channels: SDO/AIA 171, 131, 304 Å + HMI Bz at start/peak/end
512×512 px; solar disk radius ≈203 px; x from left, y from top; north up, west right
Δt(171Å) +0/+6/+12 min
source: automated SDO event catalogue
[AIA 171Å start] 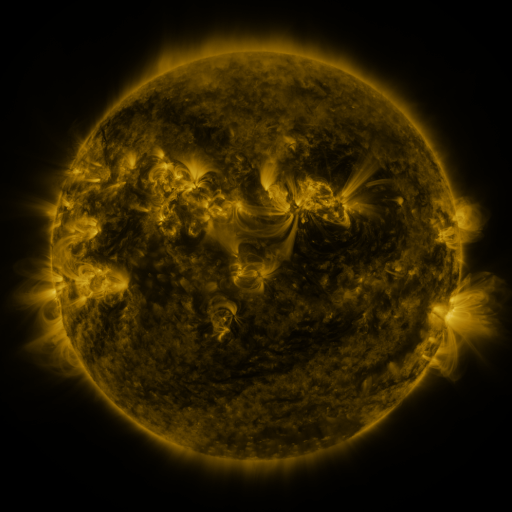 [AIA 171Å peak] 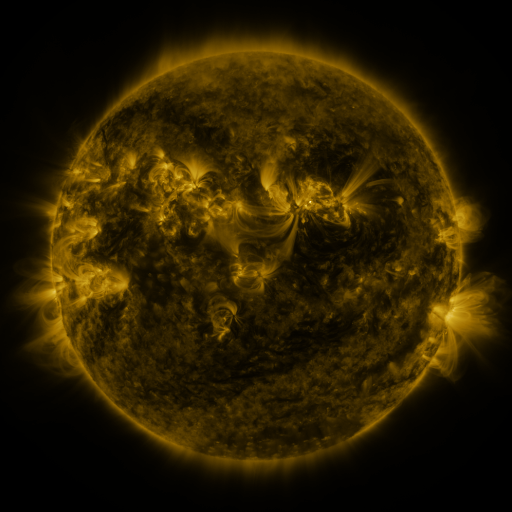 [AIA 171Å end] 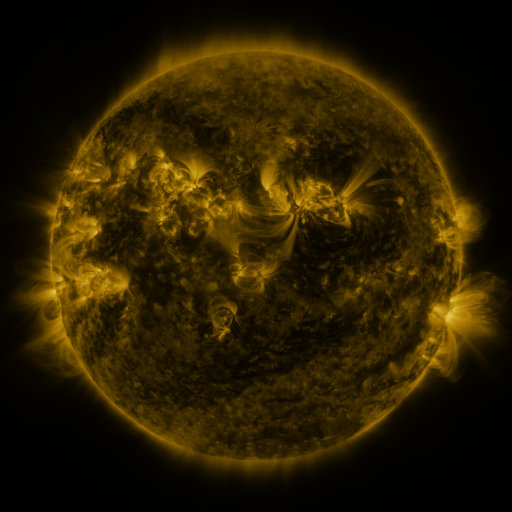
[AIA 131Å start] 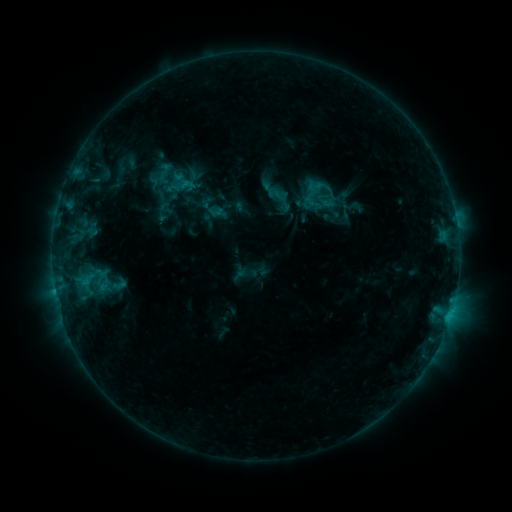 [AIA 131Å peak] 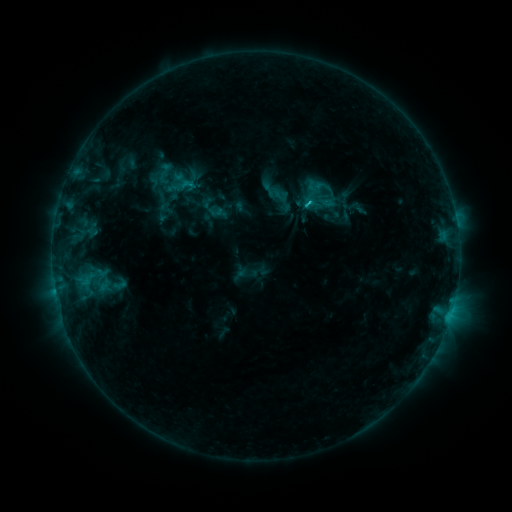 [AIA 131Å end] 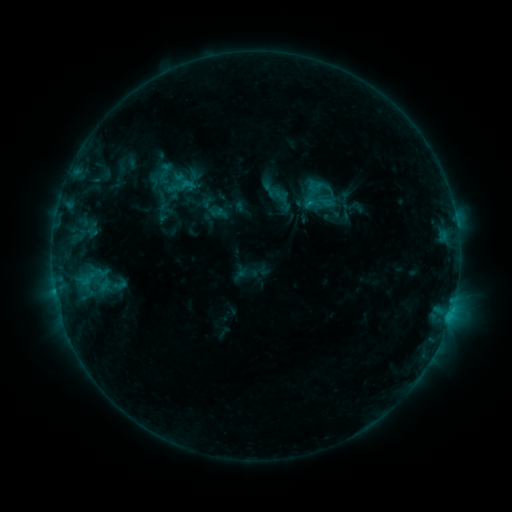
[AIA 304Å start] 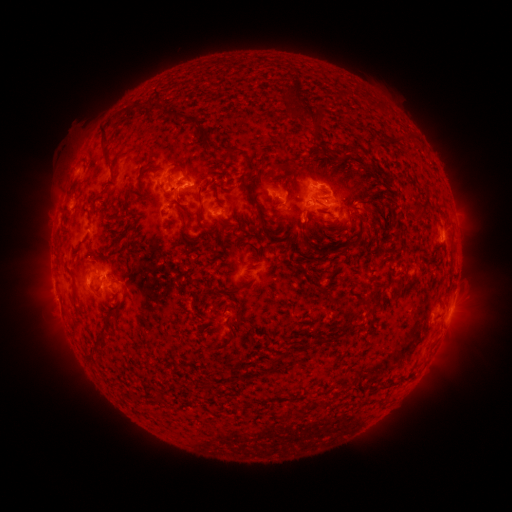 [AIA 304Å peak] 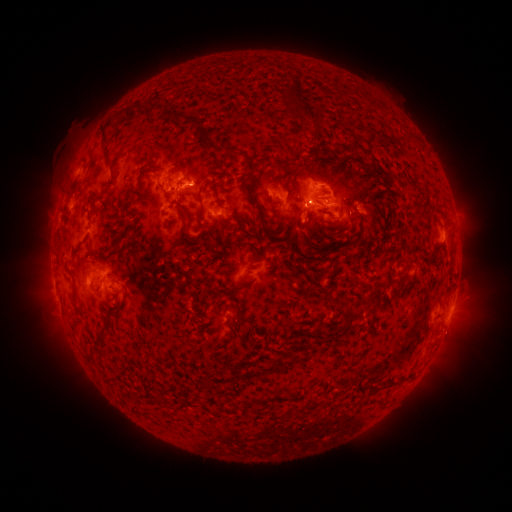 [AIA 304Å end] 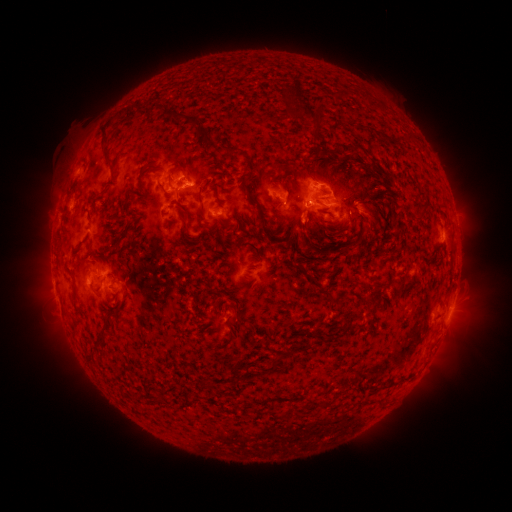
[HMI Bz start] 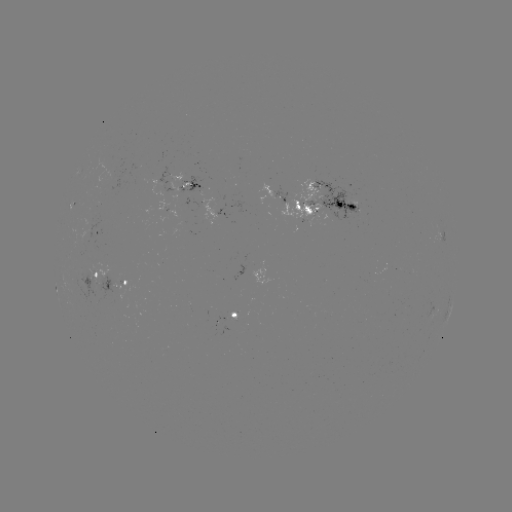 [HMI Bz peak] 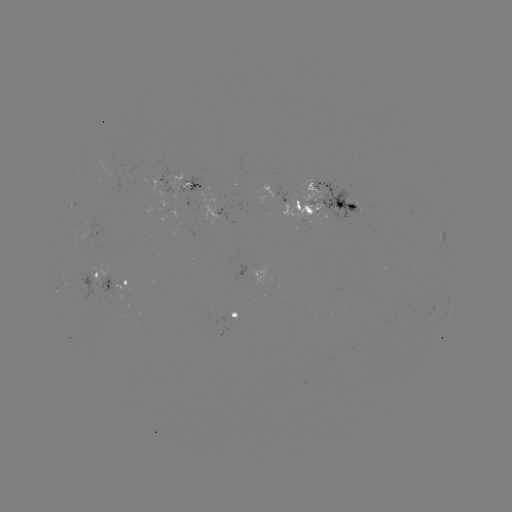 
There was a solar flare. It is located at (304, 207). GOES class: C1.2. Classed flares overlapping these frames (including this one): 1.